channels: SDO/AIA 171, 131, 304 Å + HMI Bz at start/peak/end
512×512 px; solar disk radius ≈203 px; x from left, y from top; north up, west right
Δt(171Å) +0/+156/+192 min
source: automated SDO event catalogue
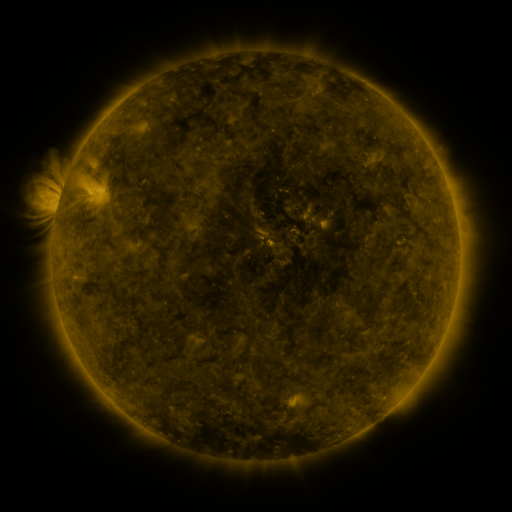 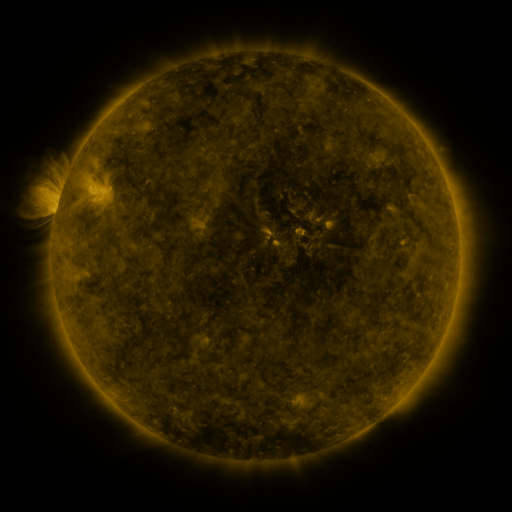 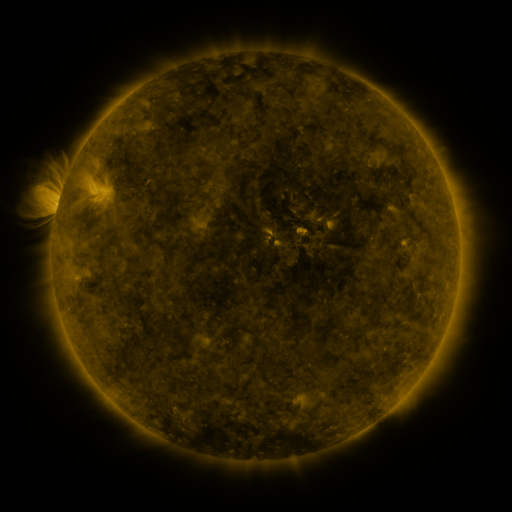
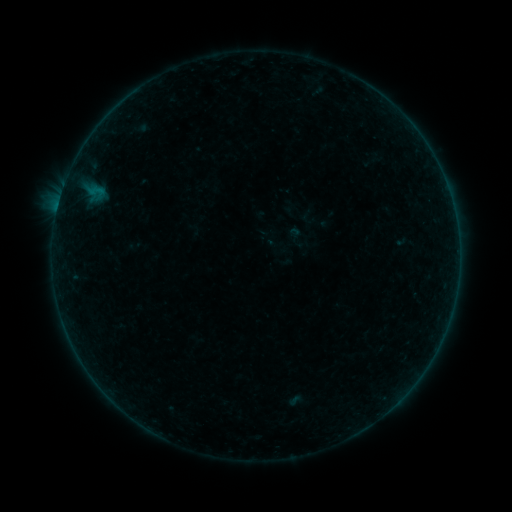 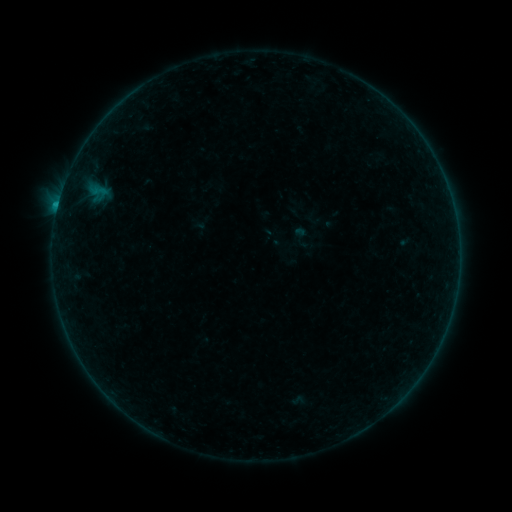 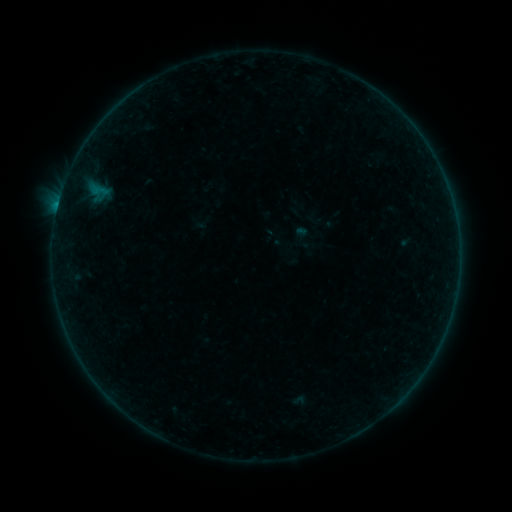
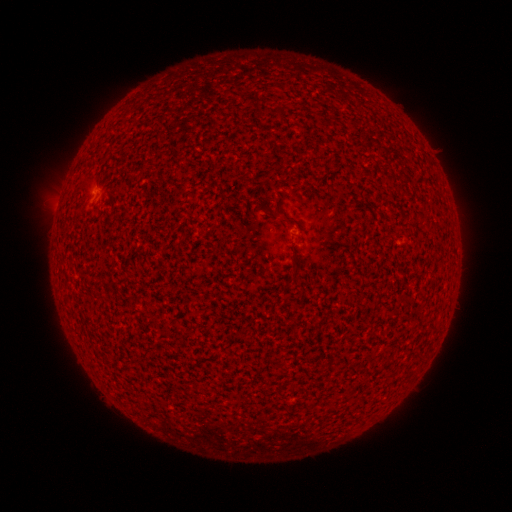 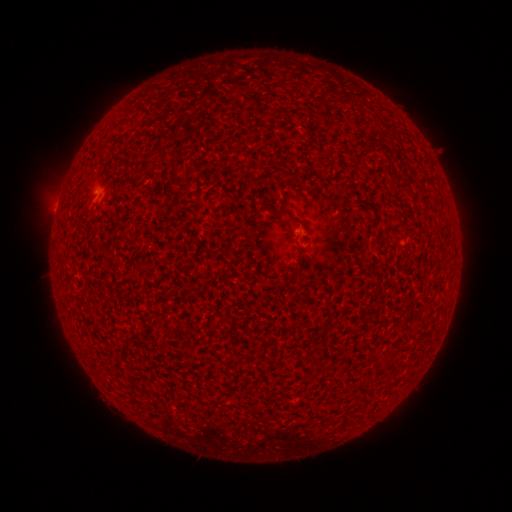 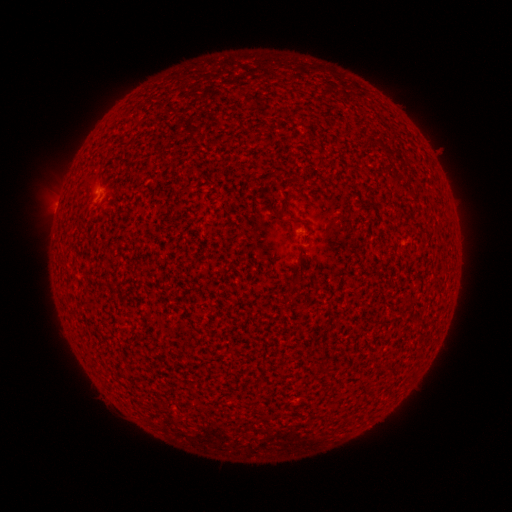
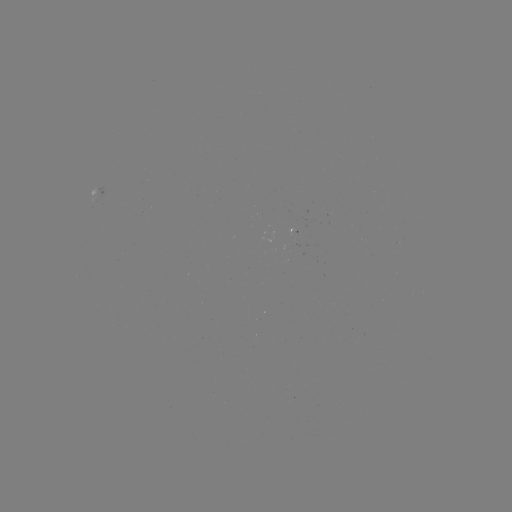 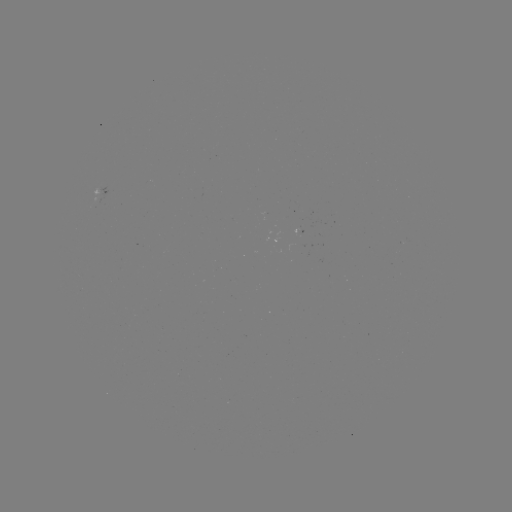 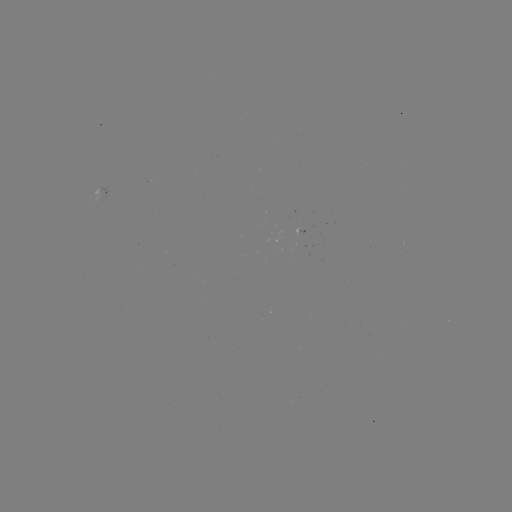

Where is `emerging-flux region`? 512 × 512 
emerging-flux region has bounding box [293, 224, 314, 233].